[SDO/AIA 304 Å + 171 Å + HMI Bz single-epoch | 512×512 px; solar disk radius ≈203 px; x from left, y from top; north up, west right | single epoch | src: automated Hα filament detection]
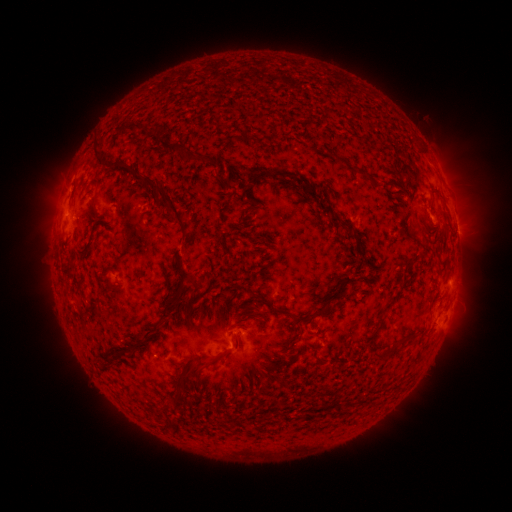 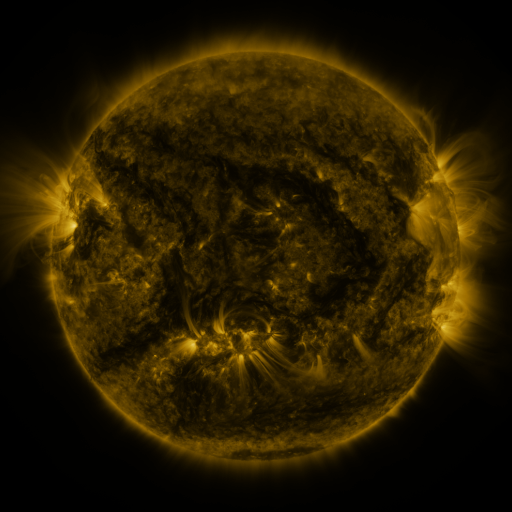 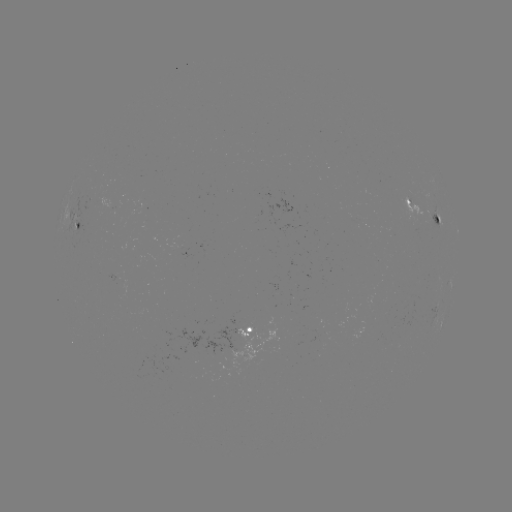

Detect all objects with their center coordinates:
filament: <bbox>114, 124, 144, 137</bbox>
filament: <bbox>254, 136, 264, 147</bbox>
filament: <bbox>91, 140, 105, 169</bbox>
filament: <bbox>169, 143, 210, 166</bbox>
filament: <bbox>390, 161, 399, 175</bbox>
filament: <bbox>112, 163, 188, 245</bbox>
filament: <bbox>248, 168, 267, 185</bbox>
filament: <bbox>267, 170, 321, 201</bbox>
filament: <bbox>357, 170, 378, 187</bbox>
filament: <bbox>175, 199, 188, 206</bbox>
filament: <bbox>432, 212, 440, 221</bbox>
filament: <bbox>327, 213, 350, 229</bbox>
filament: <bbox>75, 225, 100, 258</bbox>
filament: <bbox>420, 237, 429, 248</bbox>
filament: <bbox>223, 244, 232, 256</bbox>
filament: <bbox>178, 263, 184, 274</bbox>
filament: <bbox>184, 272, 192, 285</bbox>
filament: <bbox>193, 277, 204, 287</bbox>
filament: <bbox>247, 288, 304, 325</bbox>
filament: <bbox>173, 296, 187, 314</bbox>
filament: <bbox>109, 301, 175, 368</bbox>
filament: <bbox>313, 305, 327, 316</bbox>
filament: <bbox>245, 312, 262, 318</bbox>
filament: <bbox>282, 336, 300, 352</bbox>
filament: <bbox>374, 342, 400, 357</bbox>
filament: <bbox>188, 348, 233, 377</bbox>
filament: <bbox>288, 353, 295, 364</bbox>
